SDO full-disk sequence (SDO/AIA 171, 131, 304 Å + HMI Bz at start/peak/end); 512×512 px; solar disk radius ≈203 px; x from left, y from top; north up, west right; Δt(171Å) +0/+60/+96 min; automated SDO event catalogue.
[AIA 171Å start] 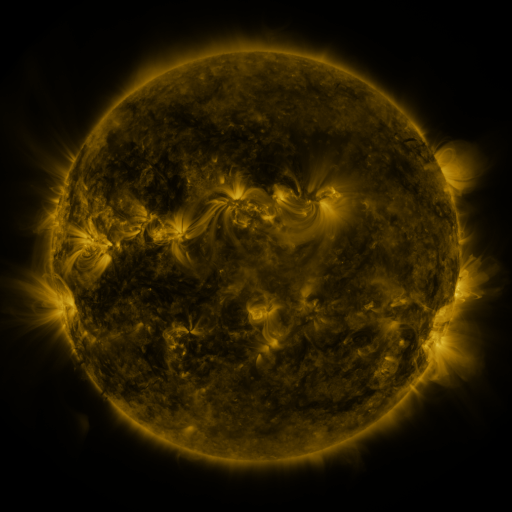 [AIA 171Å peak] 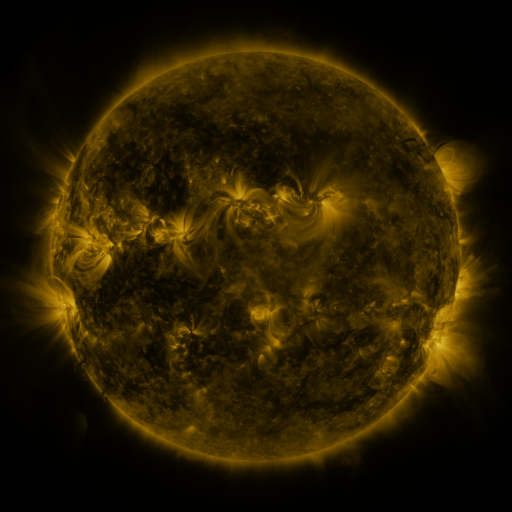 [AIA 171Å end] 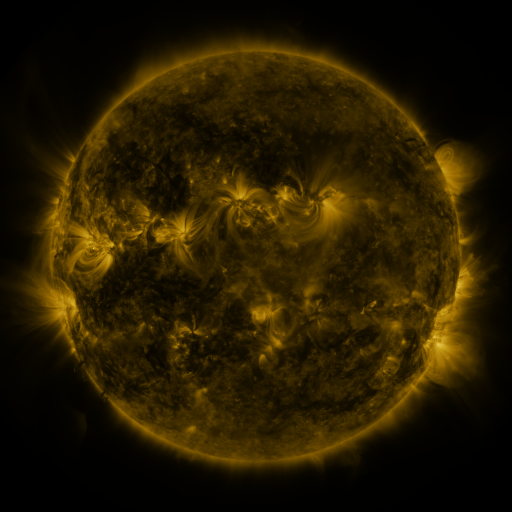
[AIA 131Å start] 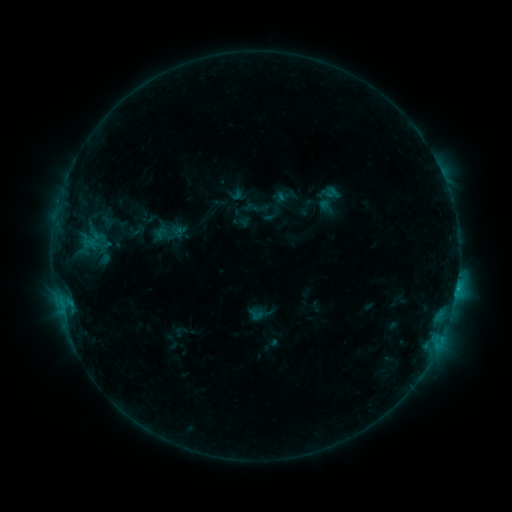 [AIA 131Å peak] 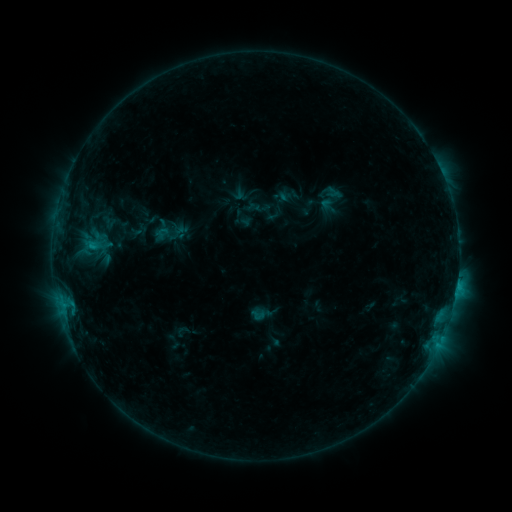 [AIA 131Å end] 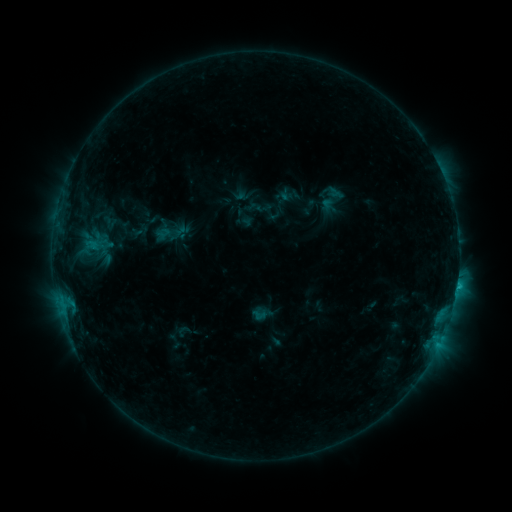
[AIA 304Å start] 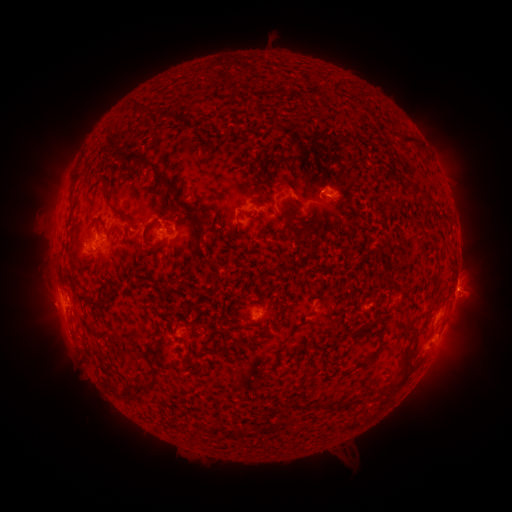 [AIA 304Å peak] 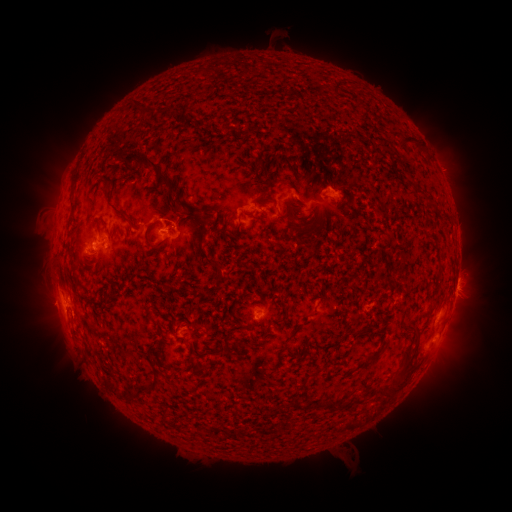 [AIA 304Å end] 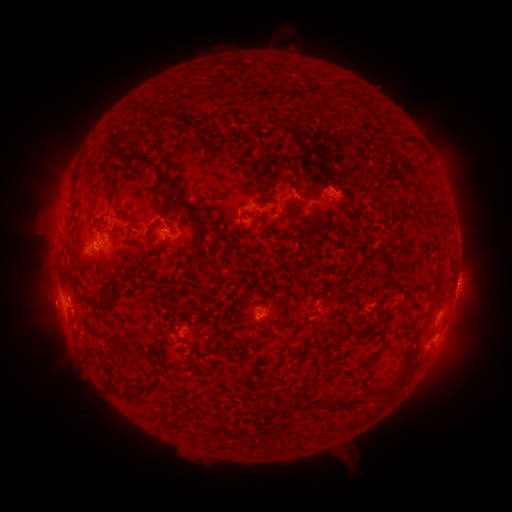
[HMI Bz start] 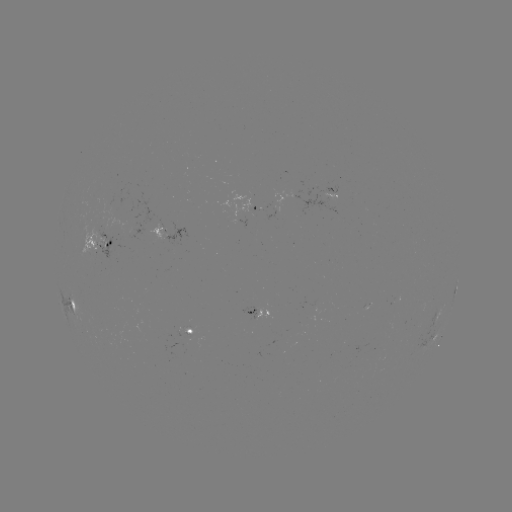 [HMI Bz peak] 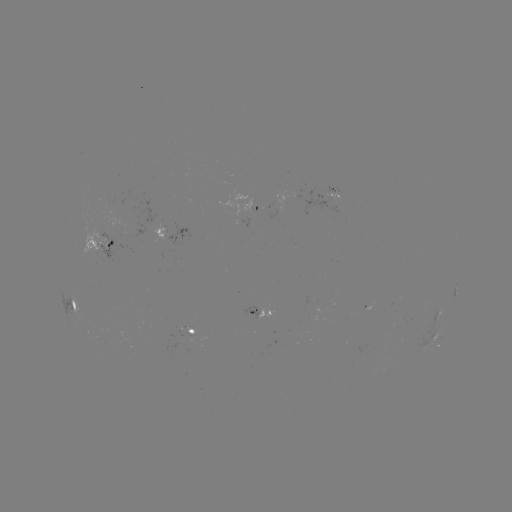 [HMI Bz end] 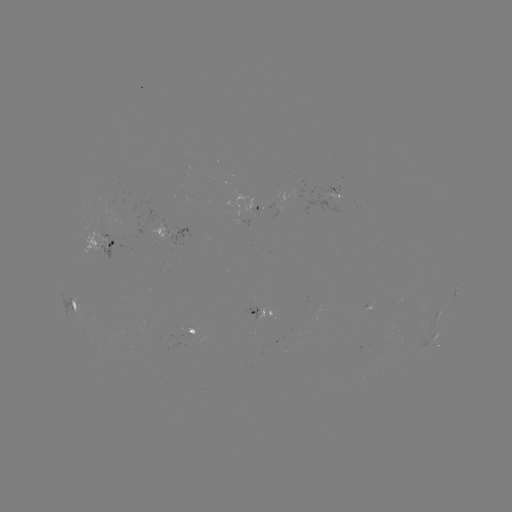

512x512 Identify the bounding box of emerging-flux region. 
[160, 219, 167, 237].